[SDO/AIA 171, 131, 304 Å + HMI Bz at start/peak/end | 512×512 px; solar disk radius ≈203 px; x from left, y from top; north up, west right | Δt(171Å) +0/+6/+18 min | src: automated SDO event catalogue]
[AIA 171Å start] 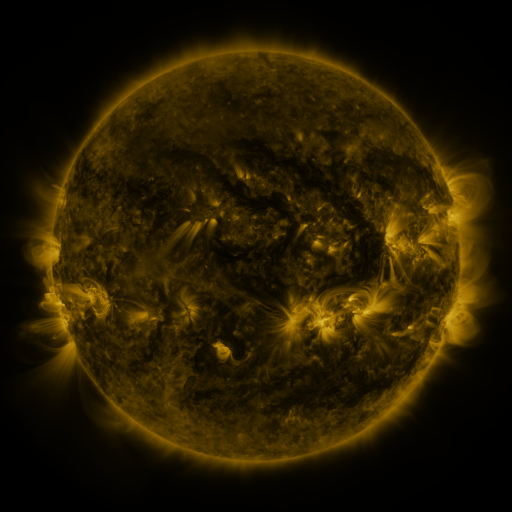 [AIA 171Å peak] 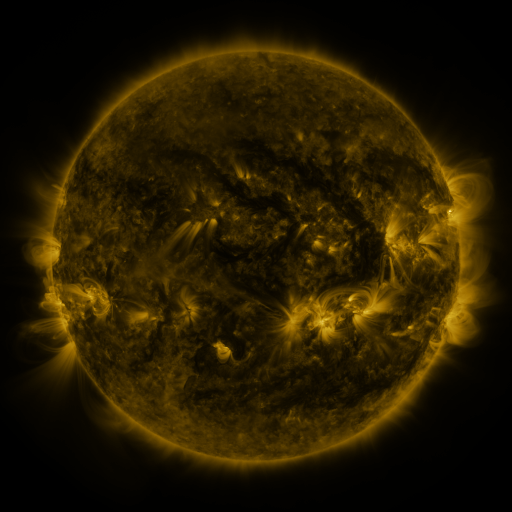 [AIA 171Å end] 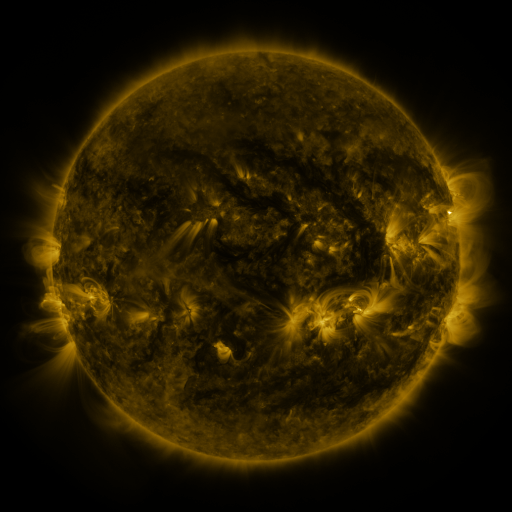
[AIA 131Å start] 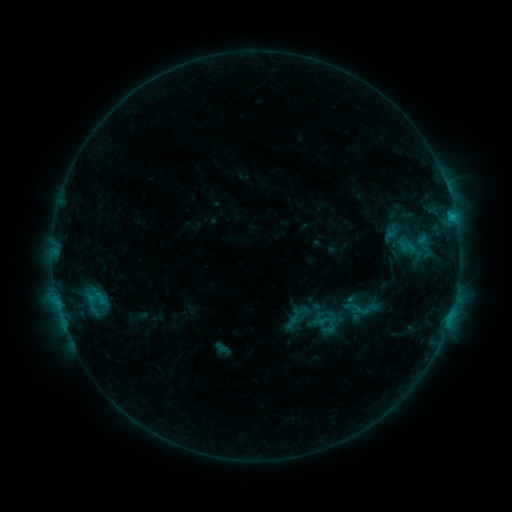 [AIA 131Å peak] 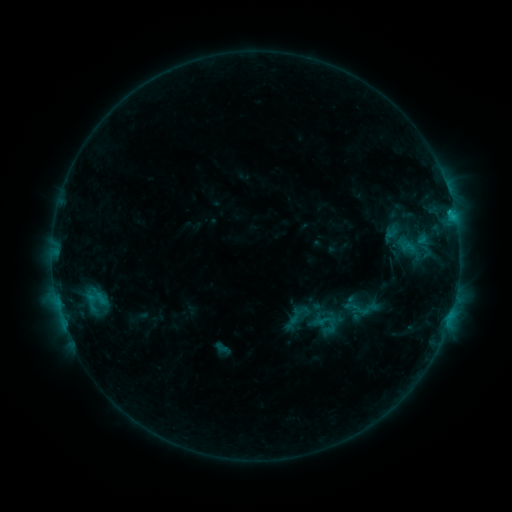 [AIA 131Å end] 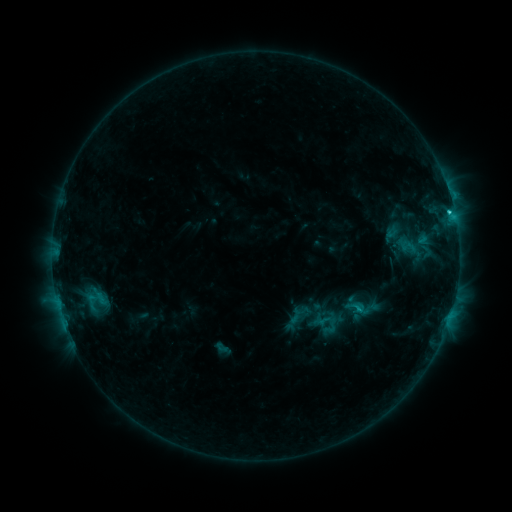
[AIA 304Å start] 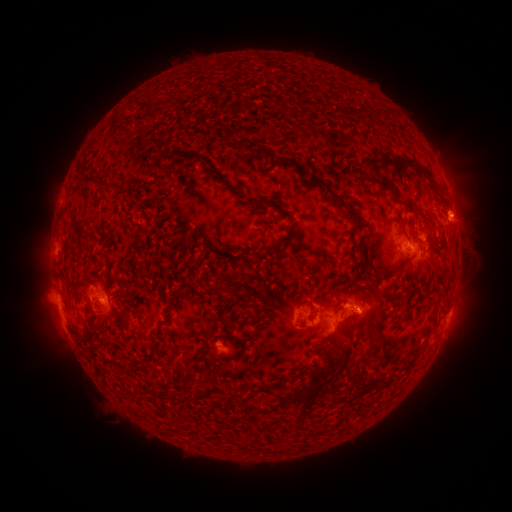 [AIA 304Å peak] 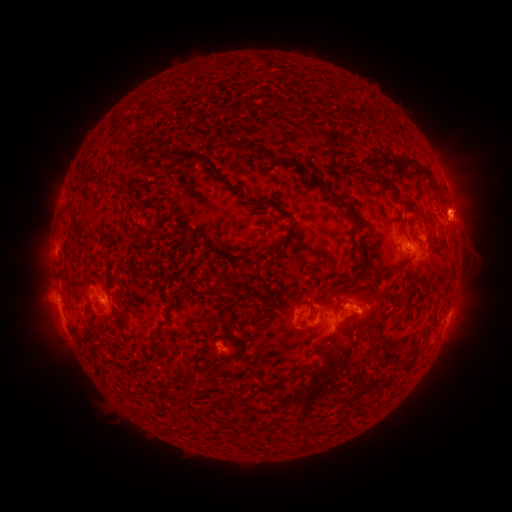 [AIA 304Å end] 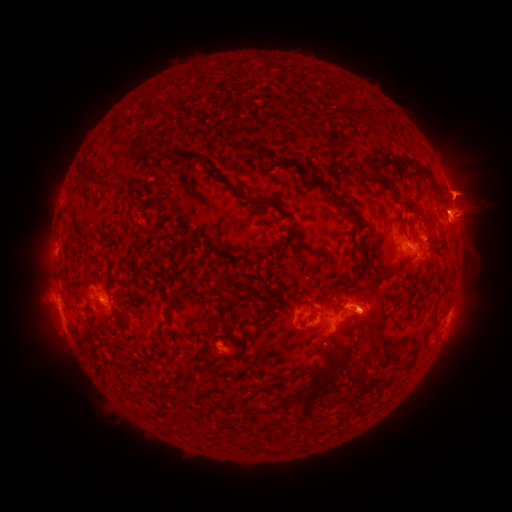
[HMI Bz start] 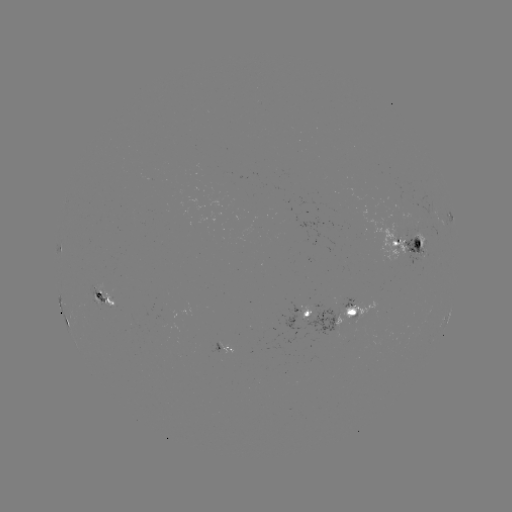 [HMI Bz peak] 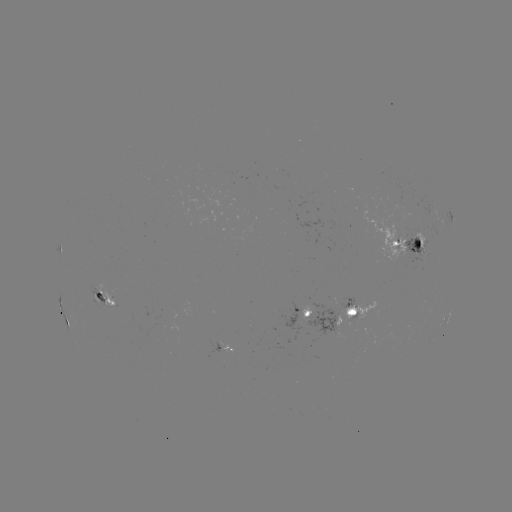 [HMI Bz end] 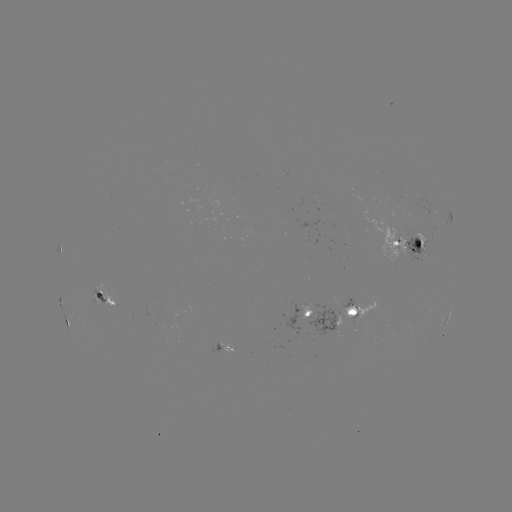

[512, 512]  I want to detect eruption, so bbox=[412, 156, 511, 264].